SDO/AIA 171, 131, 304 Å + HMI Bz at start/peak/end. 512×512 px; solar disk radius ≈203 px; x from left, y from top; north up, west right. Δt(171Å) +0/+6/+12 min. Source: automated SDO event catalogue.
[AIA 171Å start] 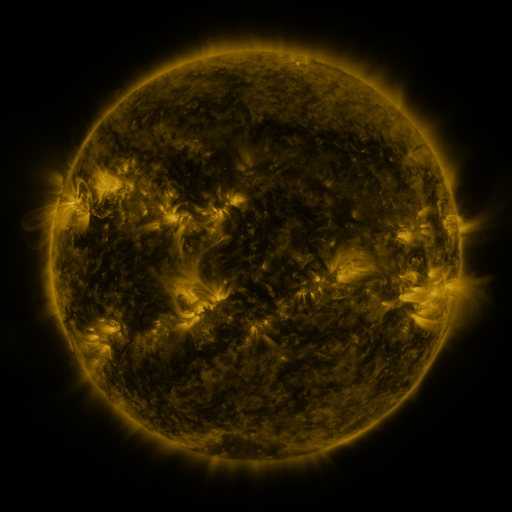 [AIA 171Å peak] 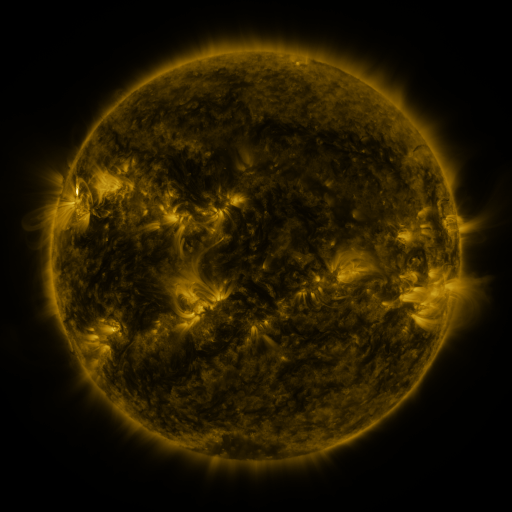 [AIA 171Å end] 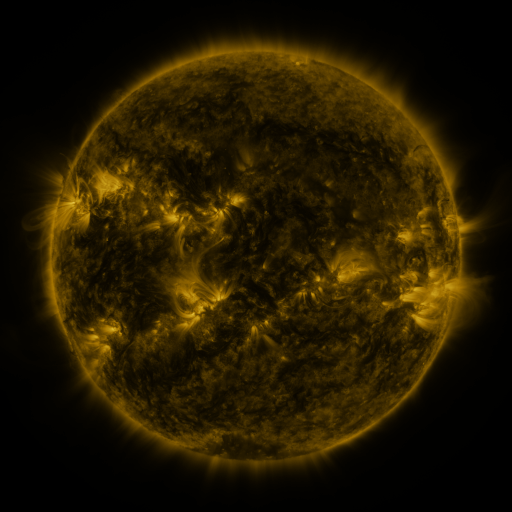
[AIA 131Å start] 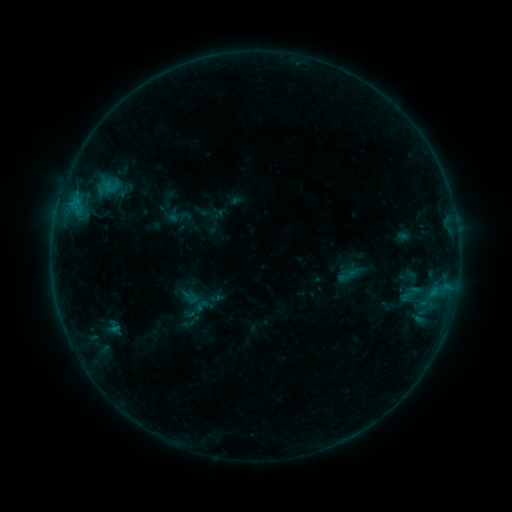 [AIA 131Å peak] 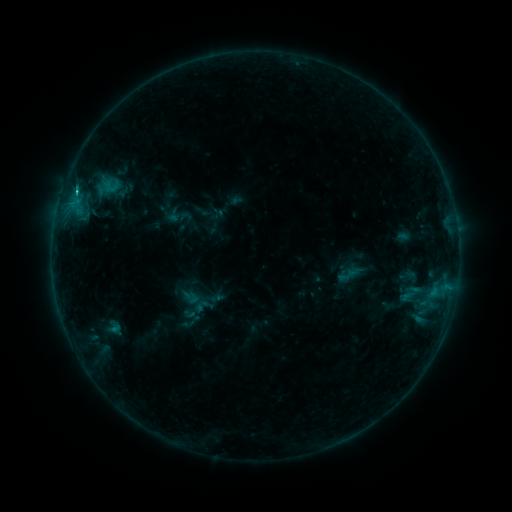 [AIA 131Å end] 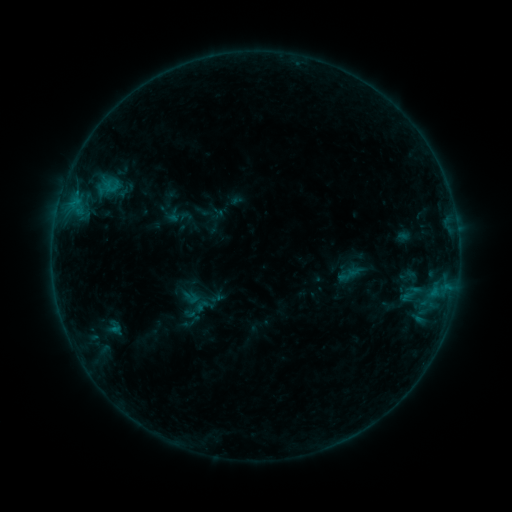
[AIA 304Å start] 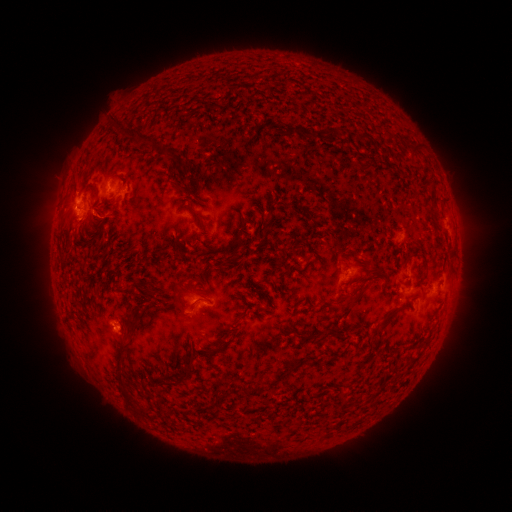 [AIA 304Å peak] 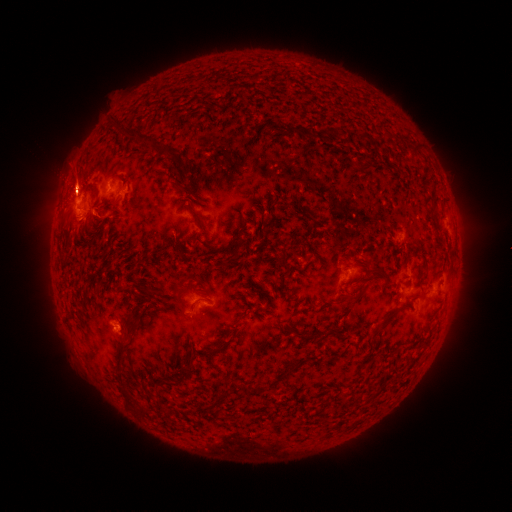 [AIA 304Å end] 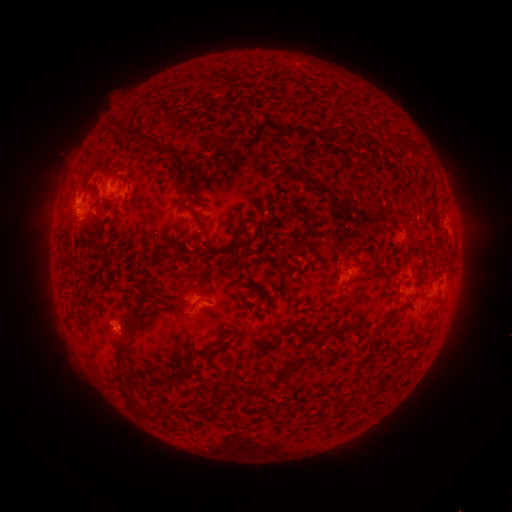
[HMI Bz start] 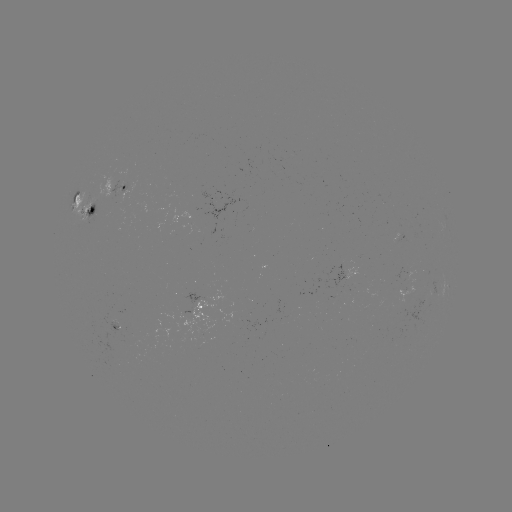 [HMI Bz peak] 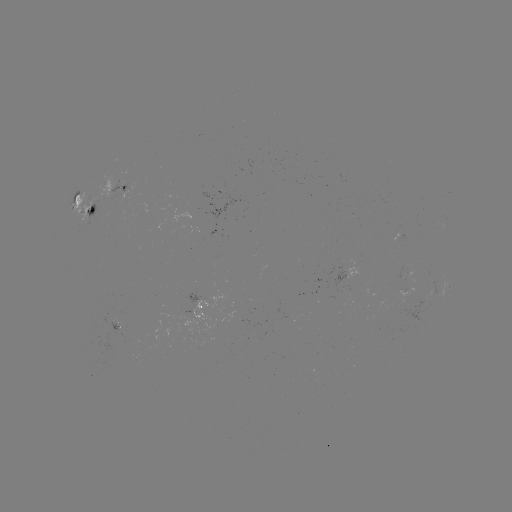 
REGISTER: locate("eruption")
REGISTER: (73, 182)